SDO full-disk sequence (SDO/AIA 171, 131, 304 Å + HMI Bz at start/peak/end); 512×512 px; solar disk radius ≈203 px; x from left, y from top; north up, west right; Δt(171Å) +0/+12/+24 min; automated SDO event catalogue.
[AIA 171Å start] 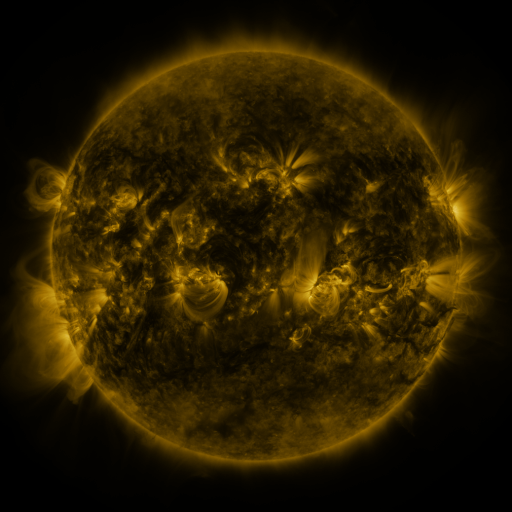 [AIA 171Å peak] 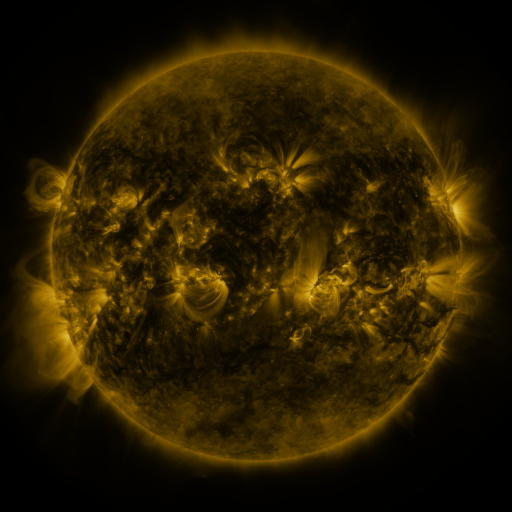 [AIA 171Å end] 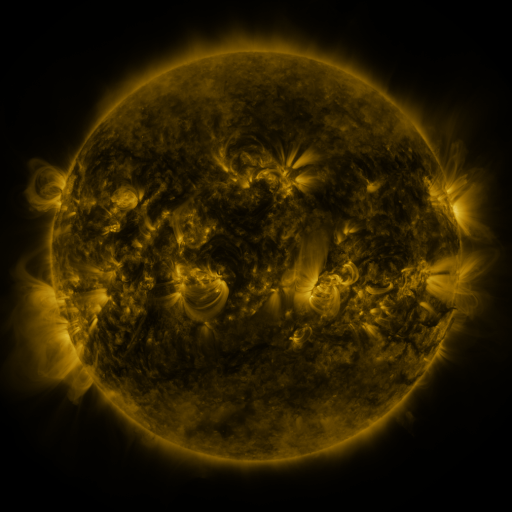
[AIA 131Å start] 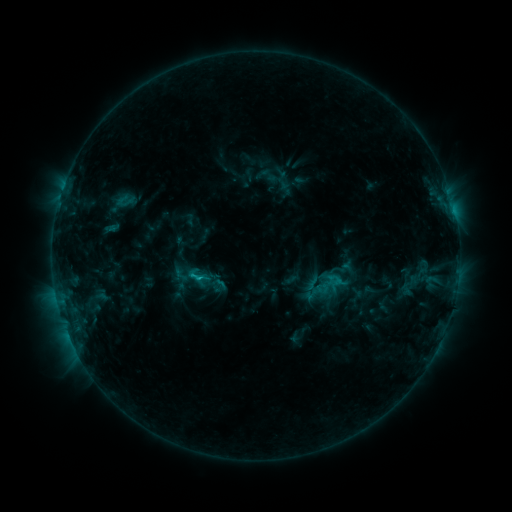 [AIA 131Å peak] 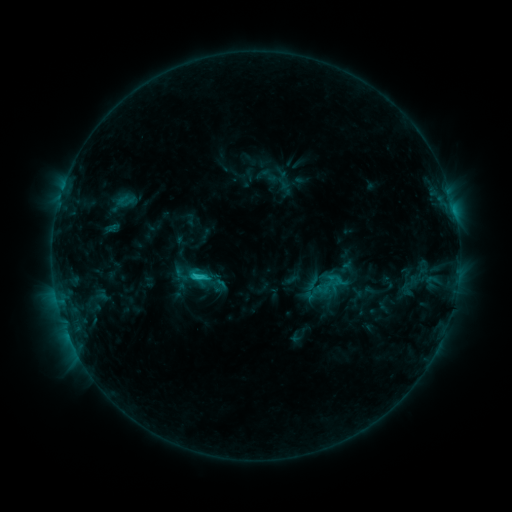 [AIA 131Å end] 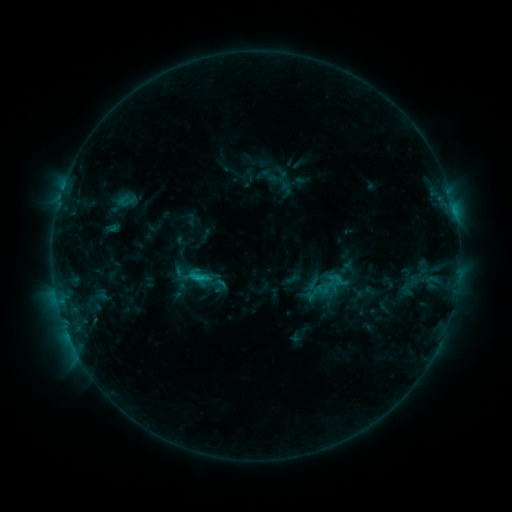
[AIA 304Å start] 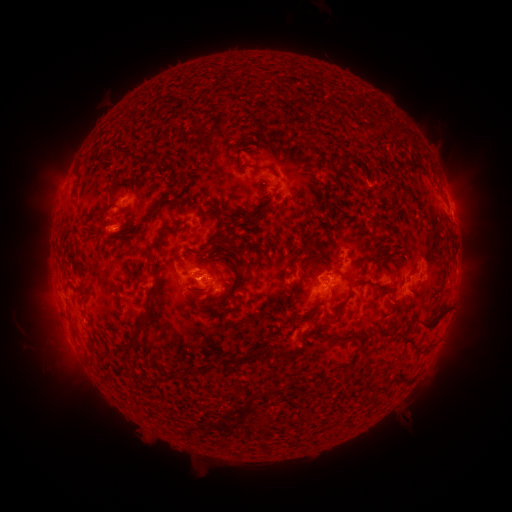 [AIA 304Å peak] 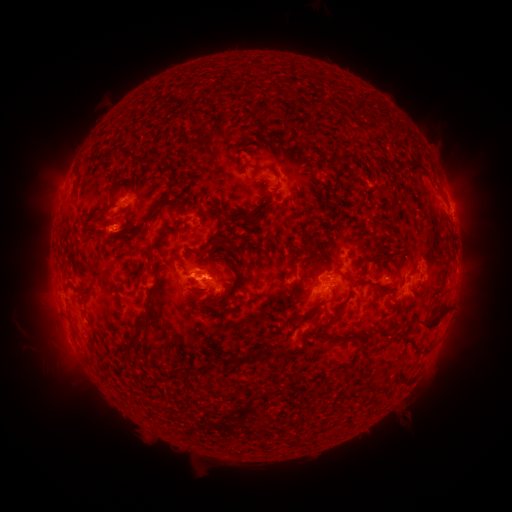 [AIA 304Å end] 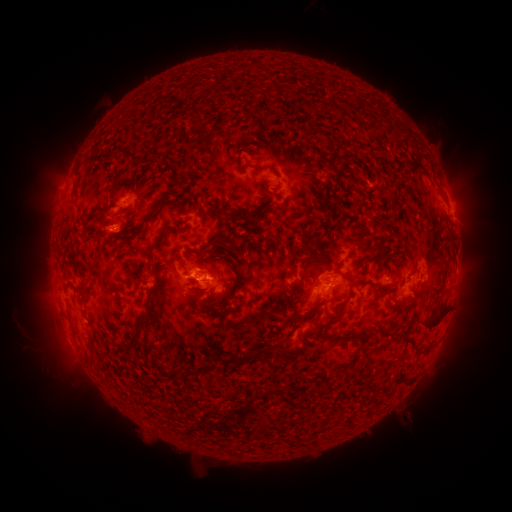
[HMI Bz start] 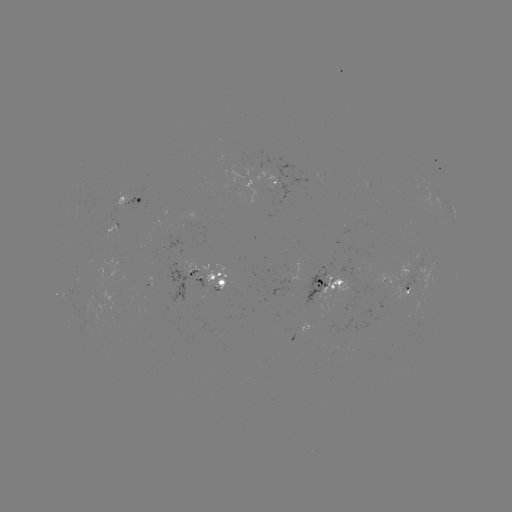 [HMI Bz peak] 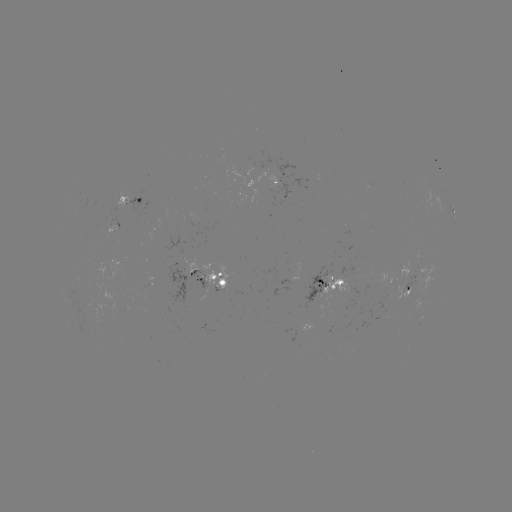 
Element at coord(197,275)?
C1.9 flare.